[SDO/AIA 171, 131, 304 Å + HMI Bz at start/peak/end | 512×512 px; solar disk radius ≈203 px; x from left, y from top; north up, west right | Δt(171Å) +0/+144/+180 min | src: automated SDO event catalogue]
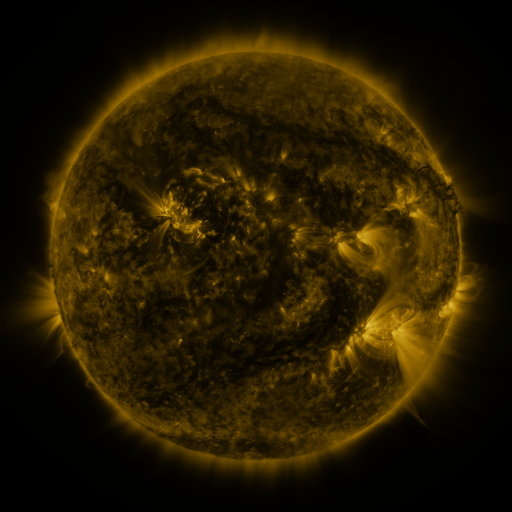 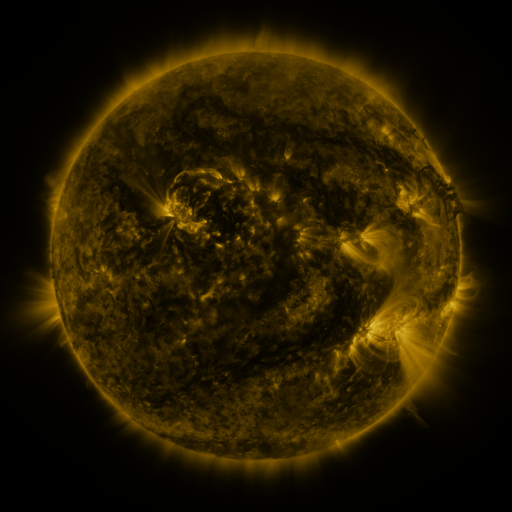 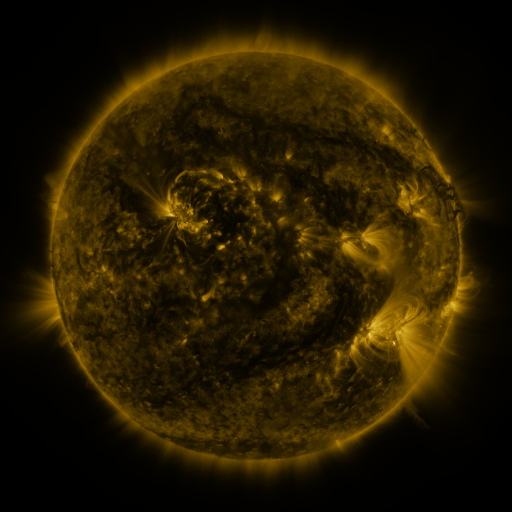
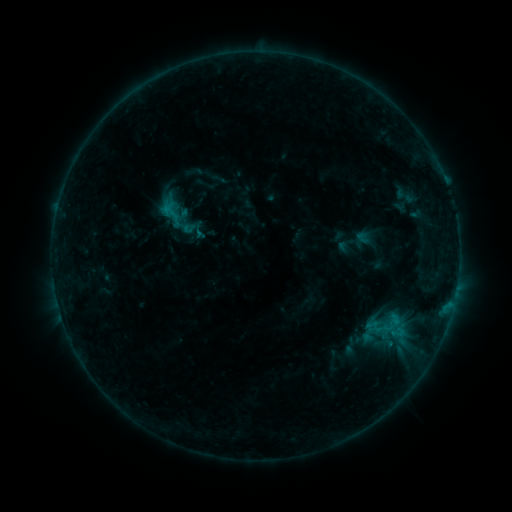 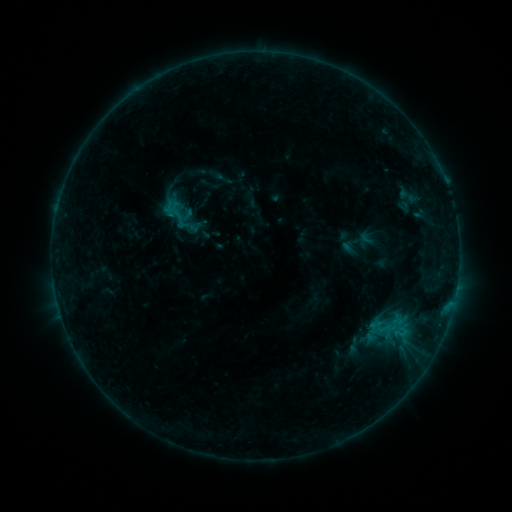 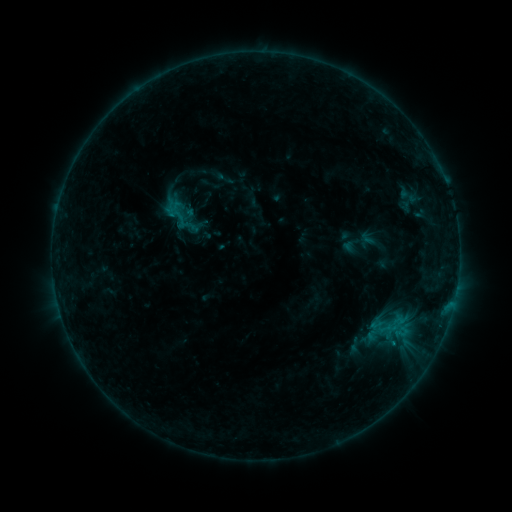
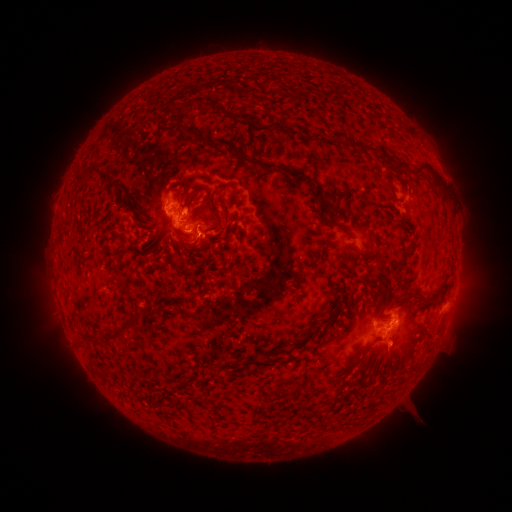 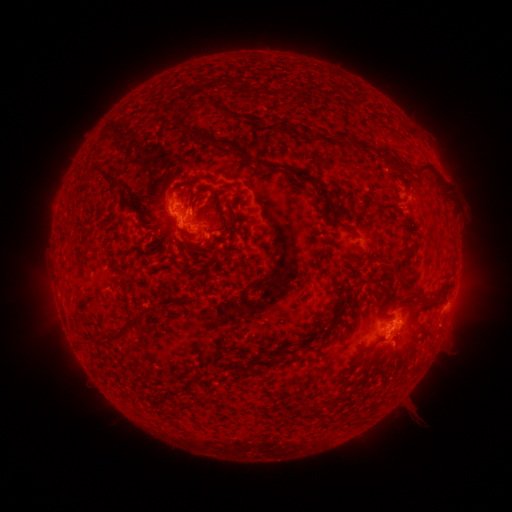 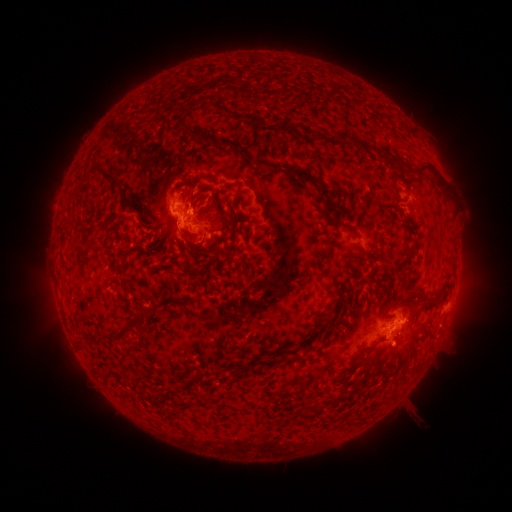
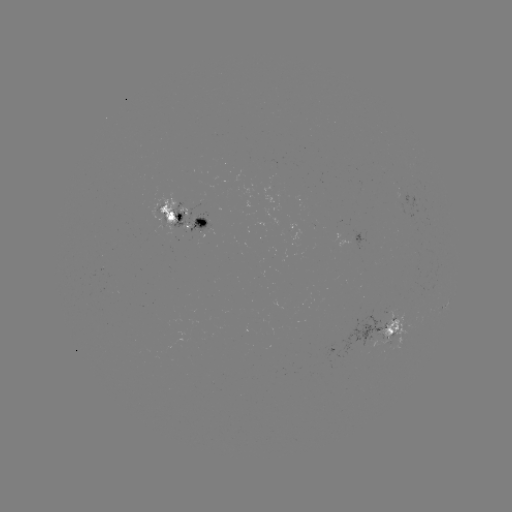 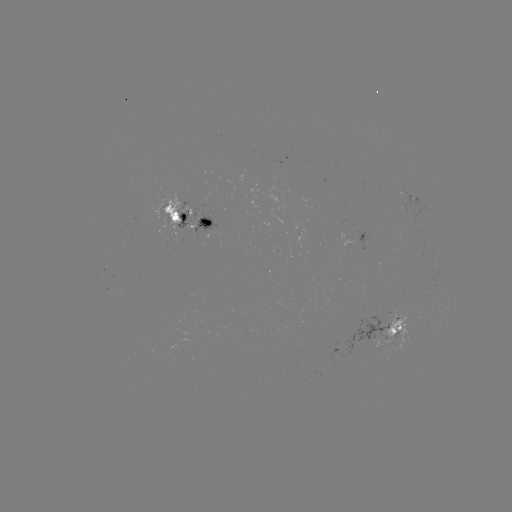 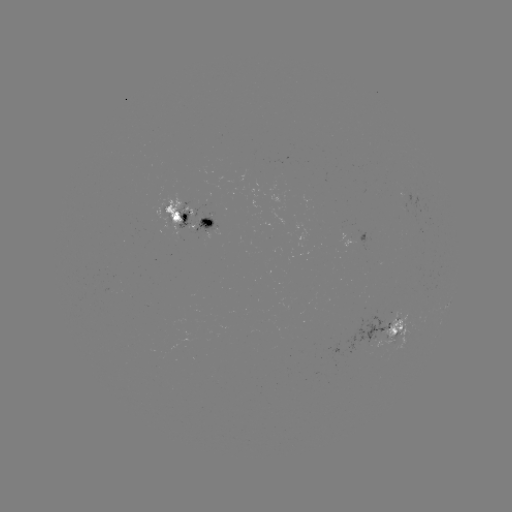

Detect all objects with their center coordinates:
emerging-flux region: (371, 336)
